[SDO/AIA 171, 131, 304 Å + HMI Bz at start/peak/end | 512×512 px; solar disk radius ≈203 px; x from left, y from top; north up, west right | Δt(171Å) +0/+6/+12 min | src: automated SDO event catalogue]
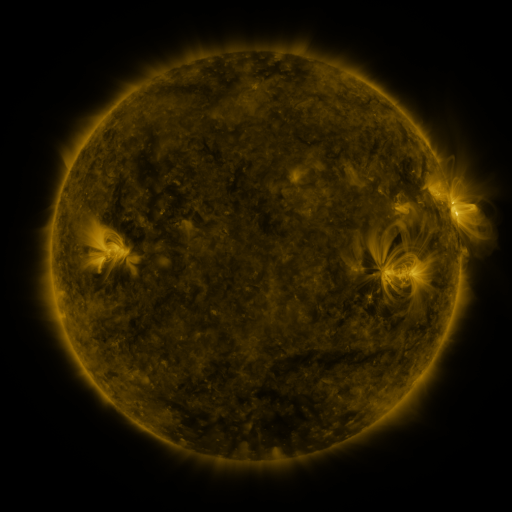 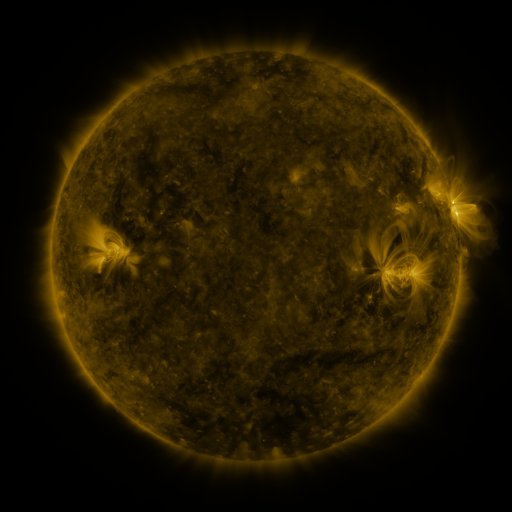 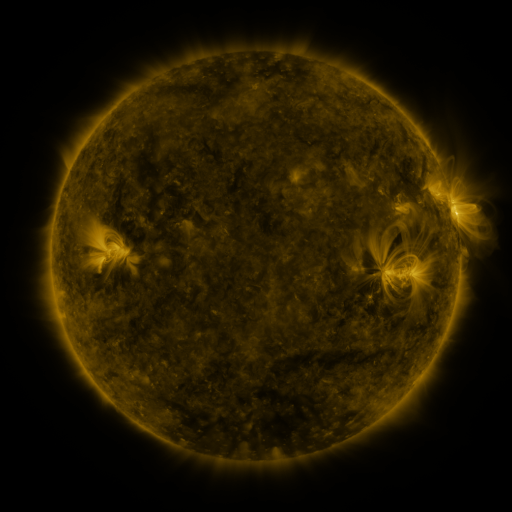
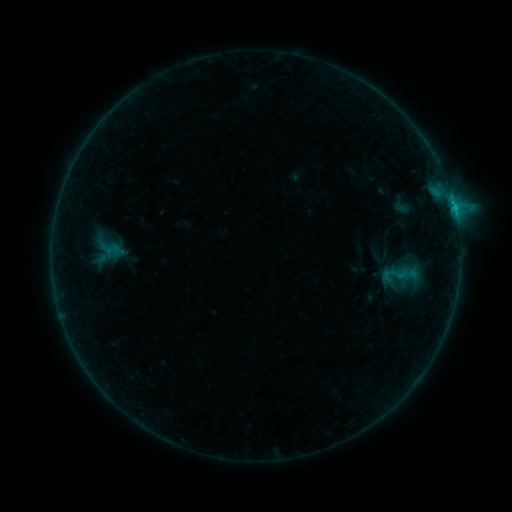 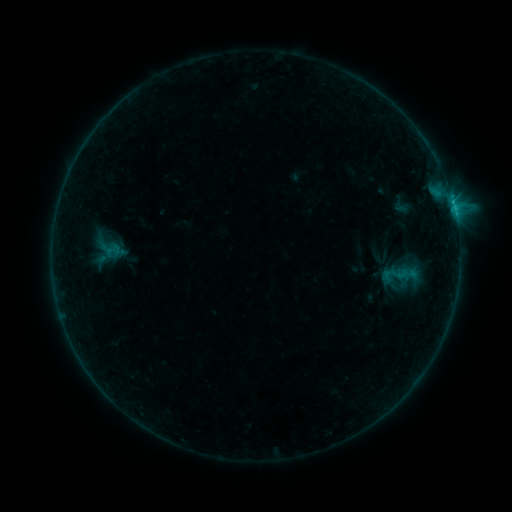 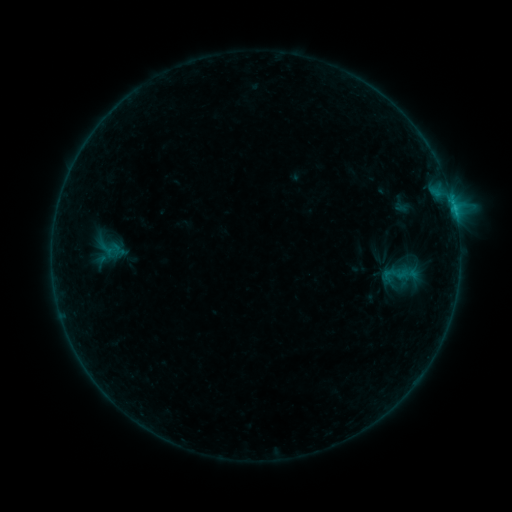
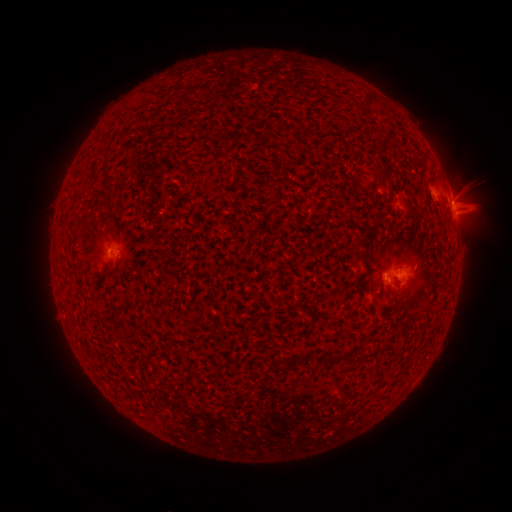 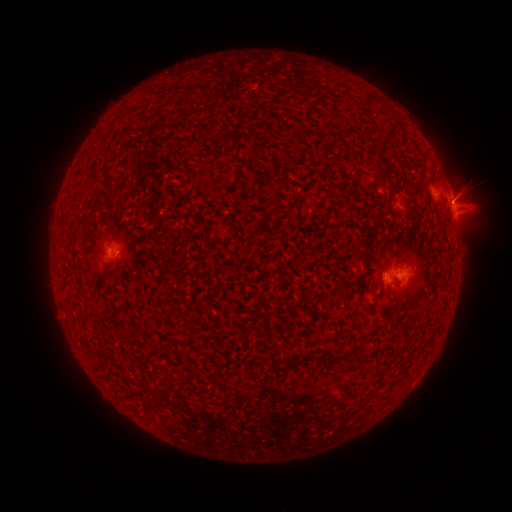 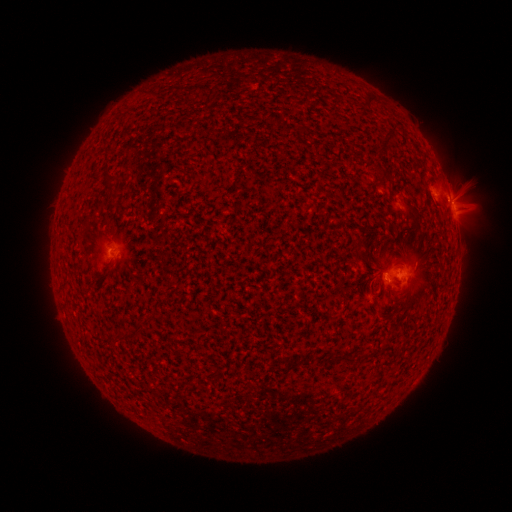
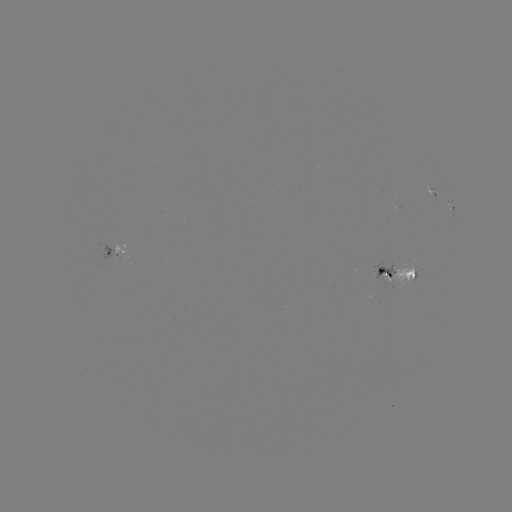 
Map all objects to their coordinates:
B9.5 flare: (450, 199)
